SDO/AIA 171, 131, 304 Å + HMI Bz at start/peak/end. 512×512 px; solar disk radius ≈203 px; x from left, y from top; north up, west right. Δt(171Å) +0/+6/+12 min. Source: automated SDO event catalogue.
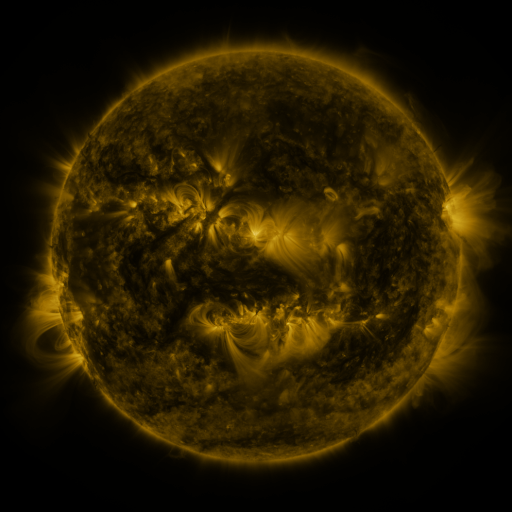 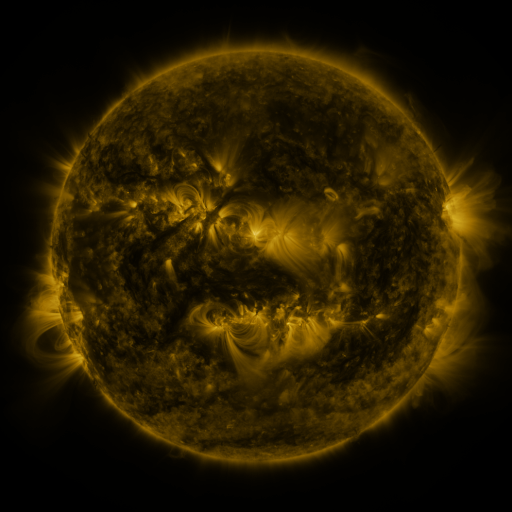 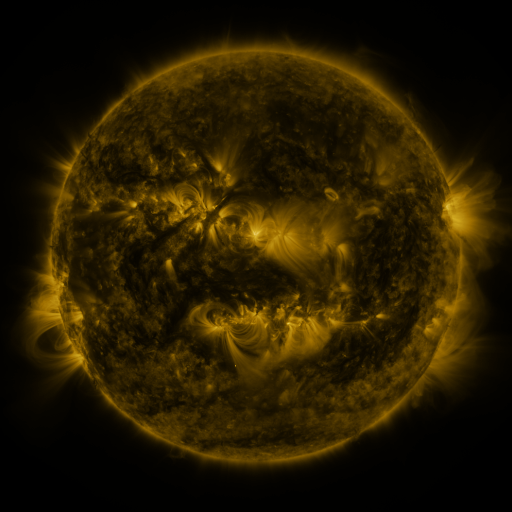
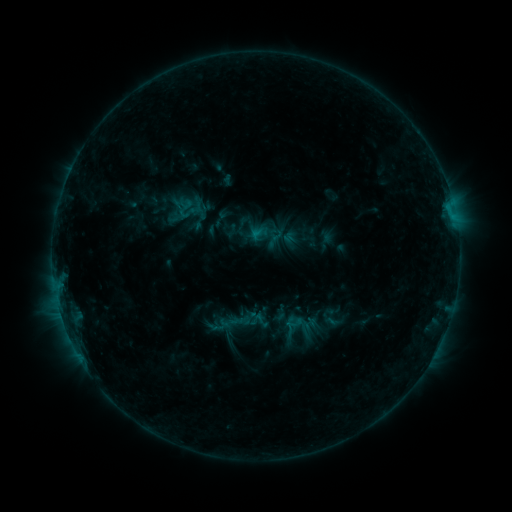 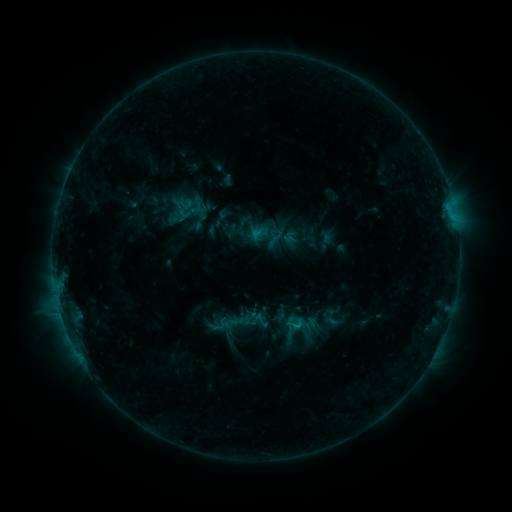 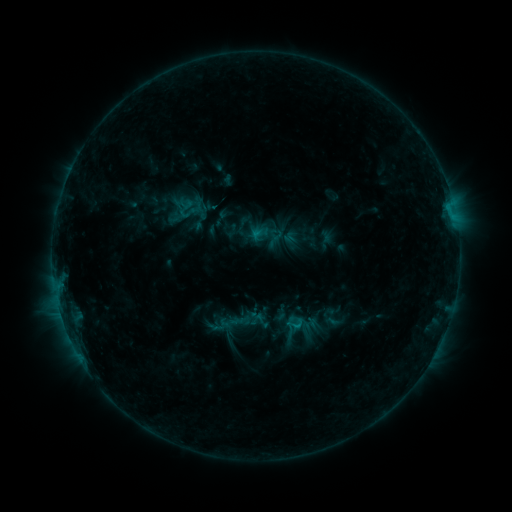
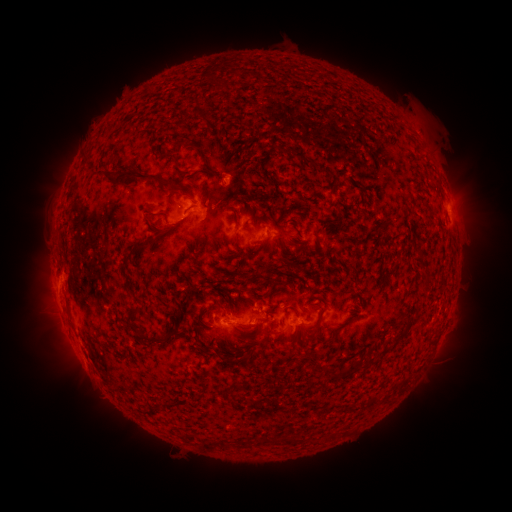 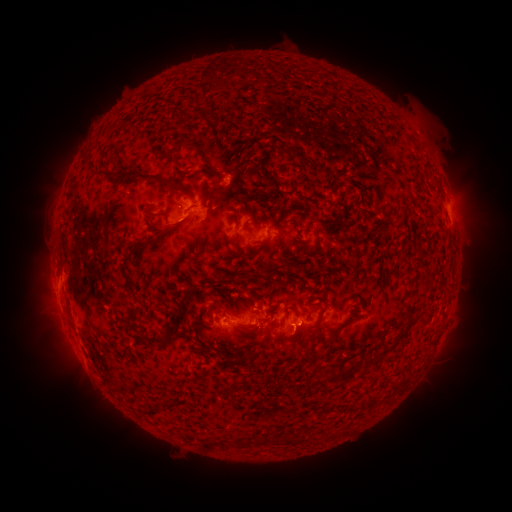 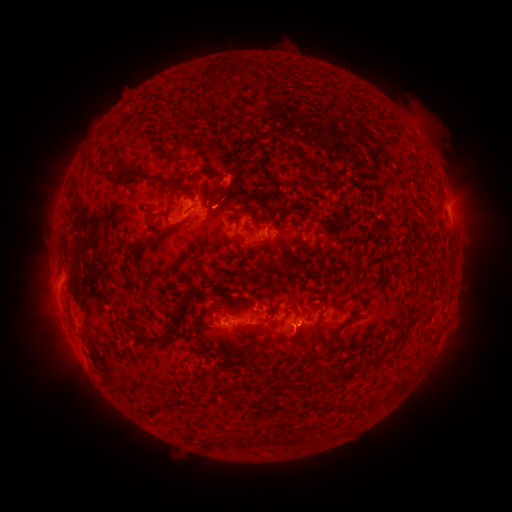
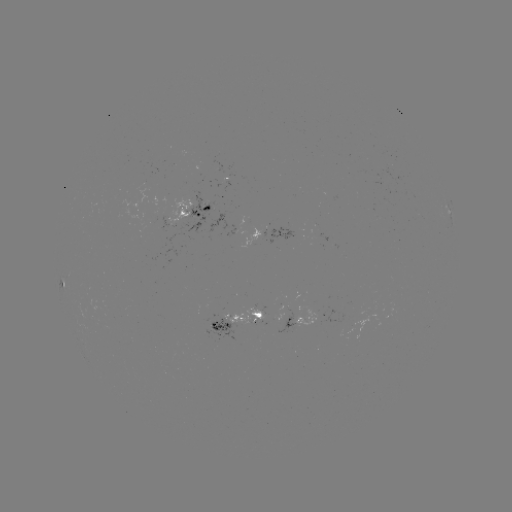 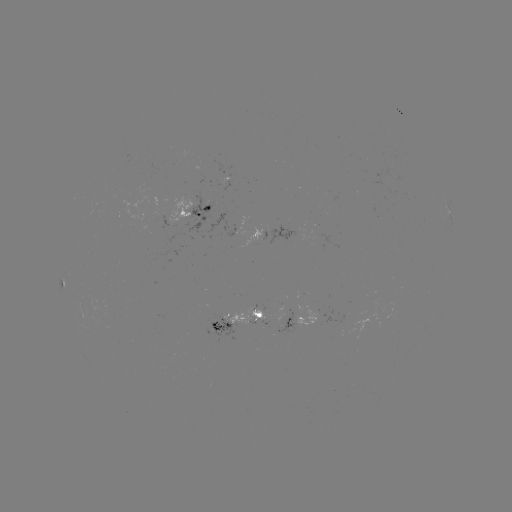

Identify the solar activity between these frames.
B6.2 flare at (299, 321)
